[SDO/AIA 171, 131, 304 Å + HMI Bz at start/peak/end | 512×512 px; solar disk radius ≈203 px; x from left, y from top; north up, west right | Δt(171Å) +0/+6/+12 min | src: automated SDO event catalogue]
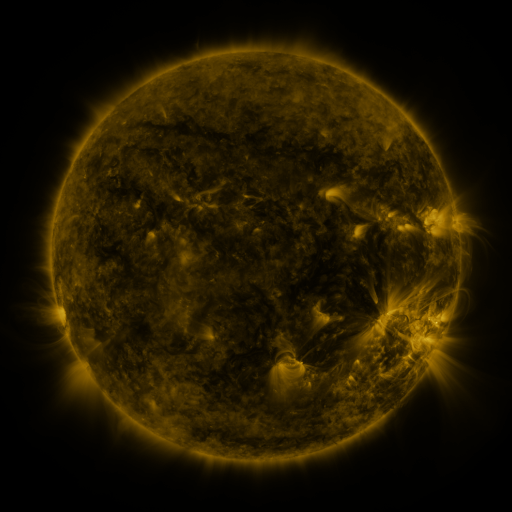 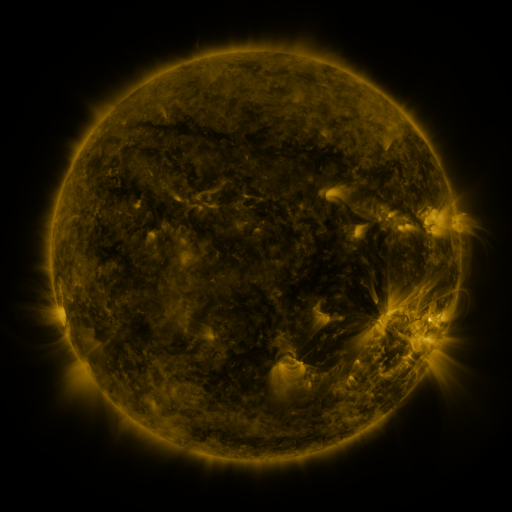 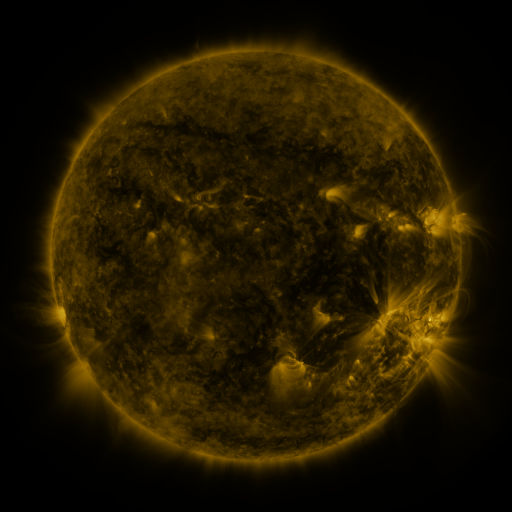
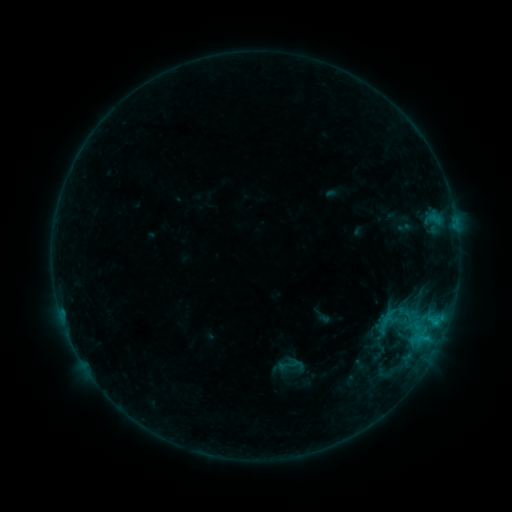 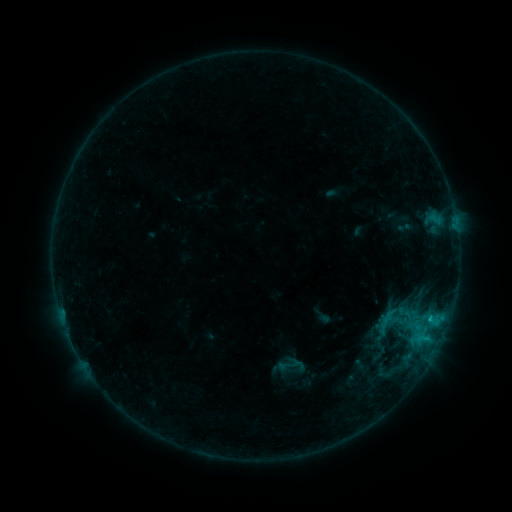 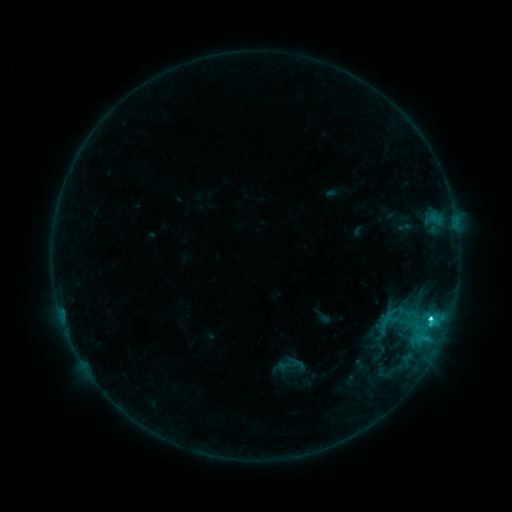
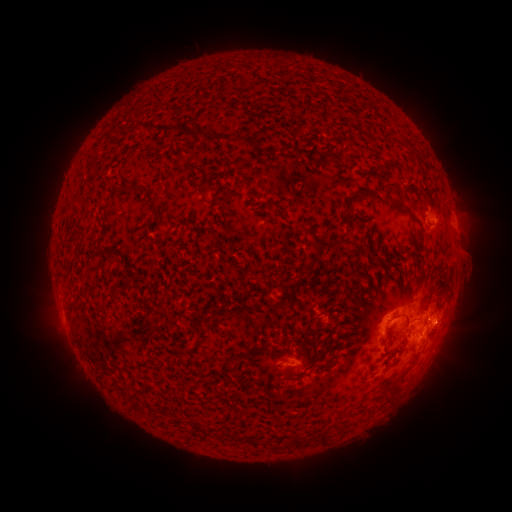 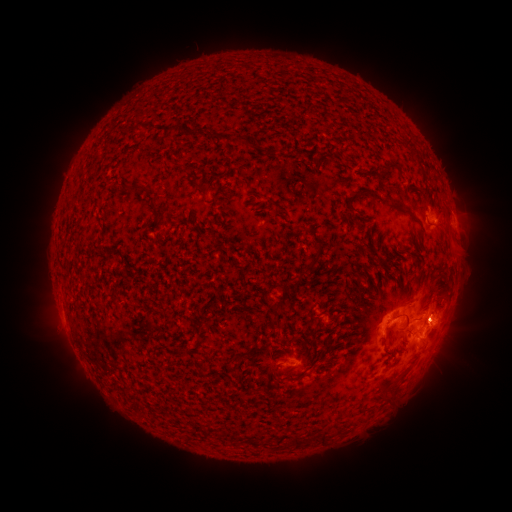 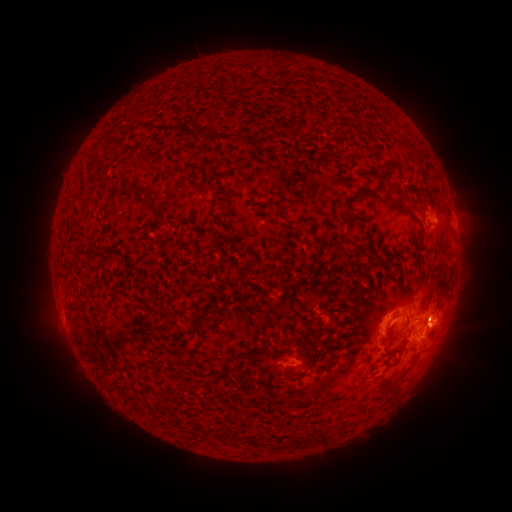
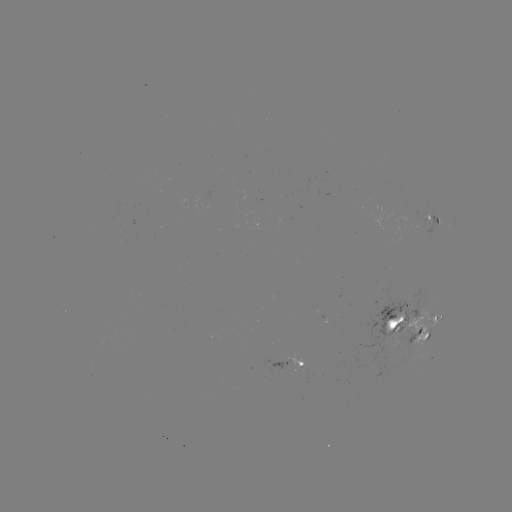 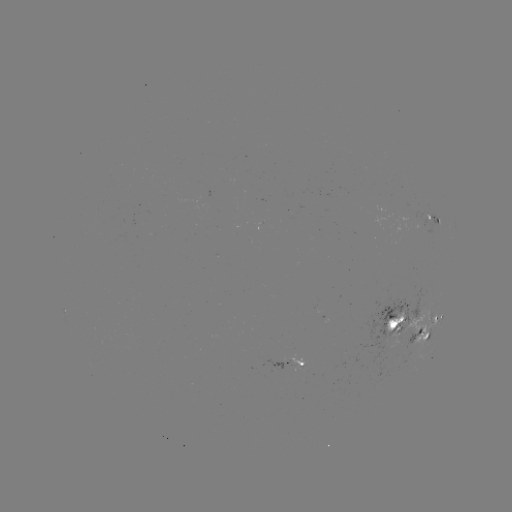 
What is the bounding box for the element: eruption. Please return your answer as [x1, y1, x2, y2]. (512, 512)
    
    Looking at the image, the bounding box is [413, 297, 465, 350].